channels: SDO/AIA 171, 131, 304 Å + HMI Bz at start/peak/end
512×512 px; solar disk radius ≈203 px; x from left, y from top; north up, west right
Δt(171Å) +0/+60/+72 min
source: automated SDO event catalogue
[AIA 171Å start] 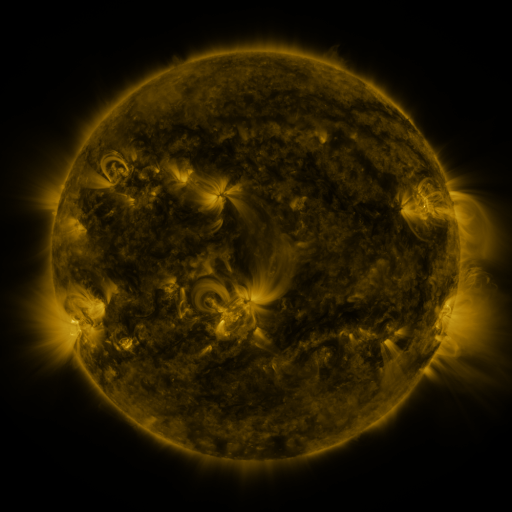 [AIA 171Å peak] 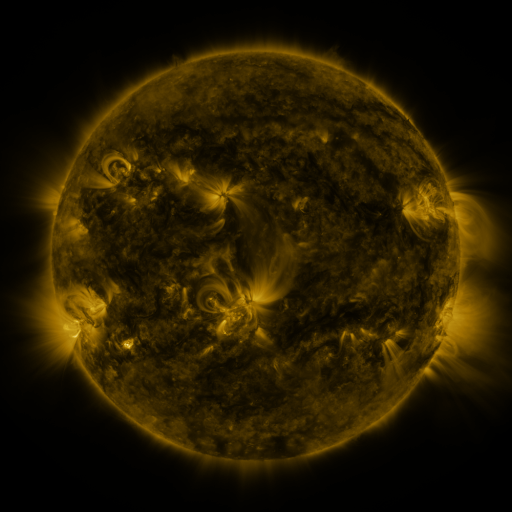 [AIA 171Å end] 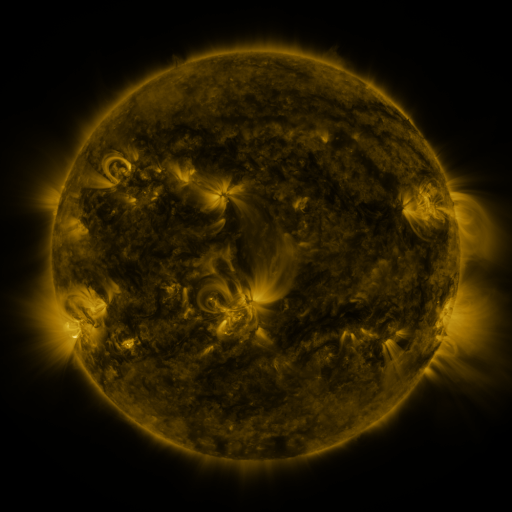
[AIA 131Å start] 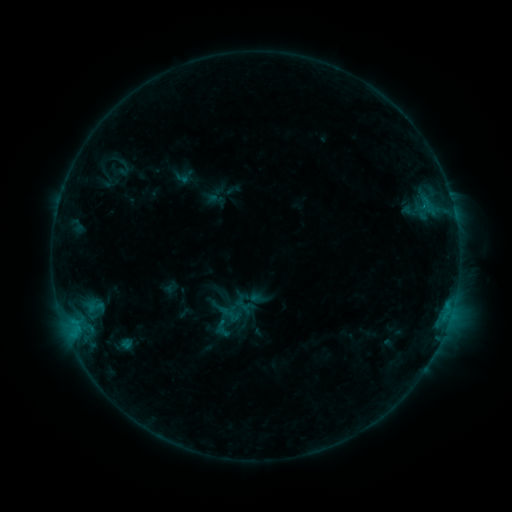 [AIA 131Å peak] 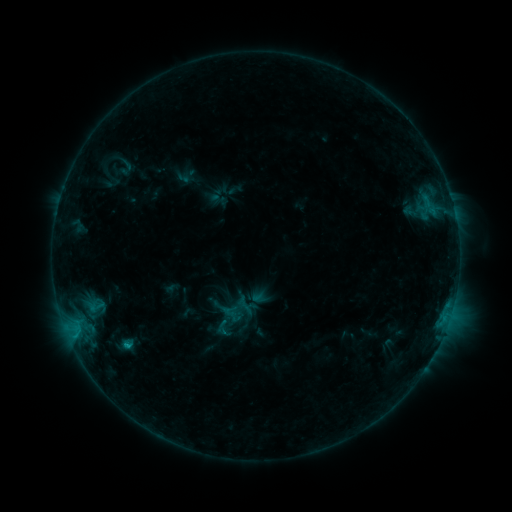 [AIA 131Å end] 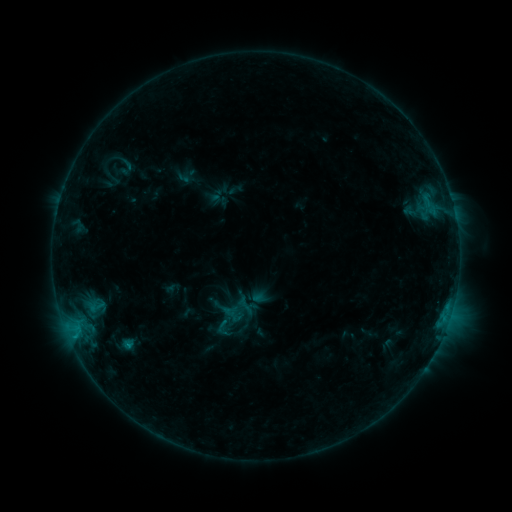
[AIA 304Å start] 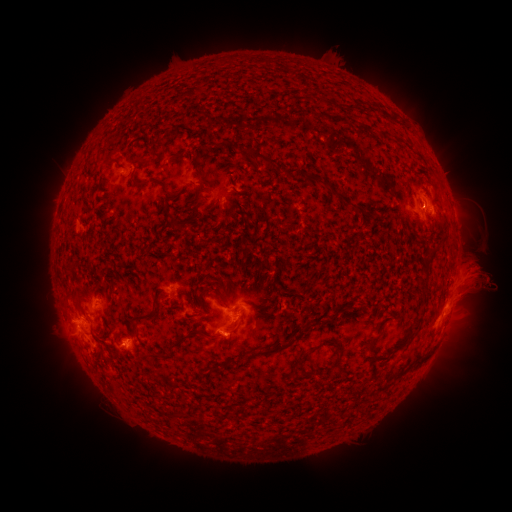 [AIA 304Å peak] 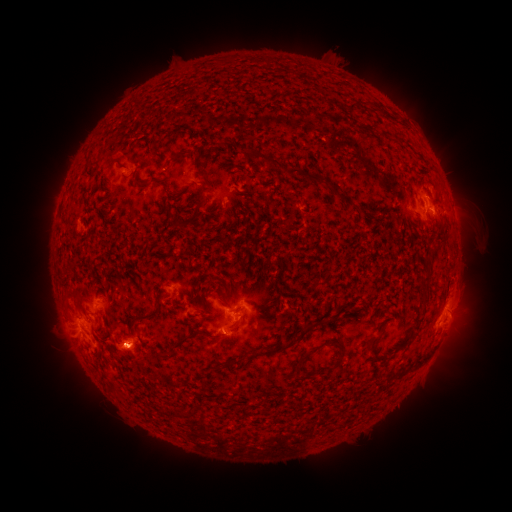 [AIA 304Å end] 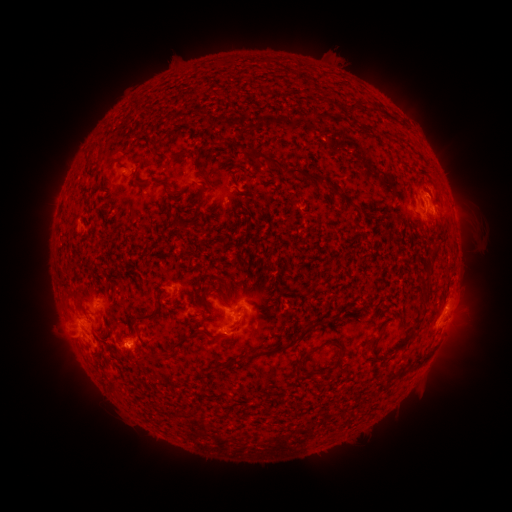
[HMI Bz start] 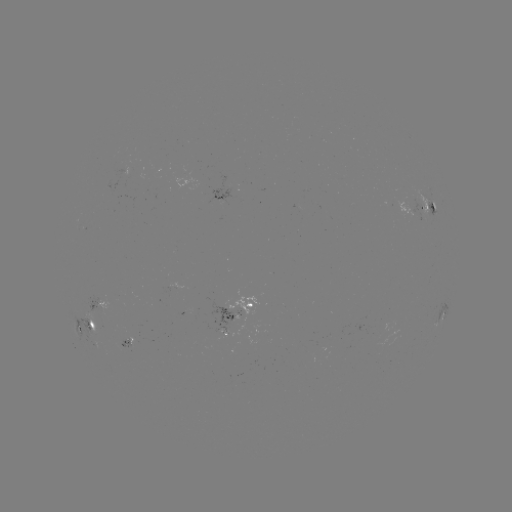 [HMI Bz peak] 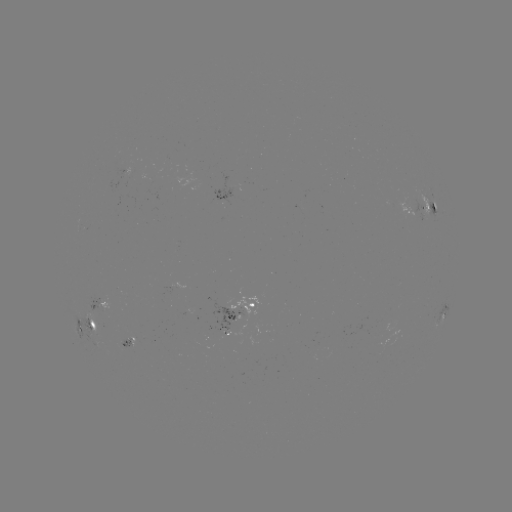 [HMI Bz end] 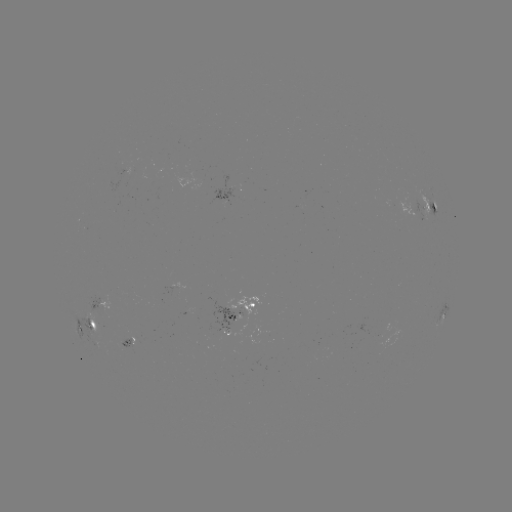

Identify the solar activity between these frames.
emerging-flux region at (233, 316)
